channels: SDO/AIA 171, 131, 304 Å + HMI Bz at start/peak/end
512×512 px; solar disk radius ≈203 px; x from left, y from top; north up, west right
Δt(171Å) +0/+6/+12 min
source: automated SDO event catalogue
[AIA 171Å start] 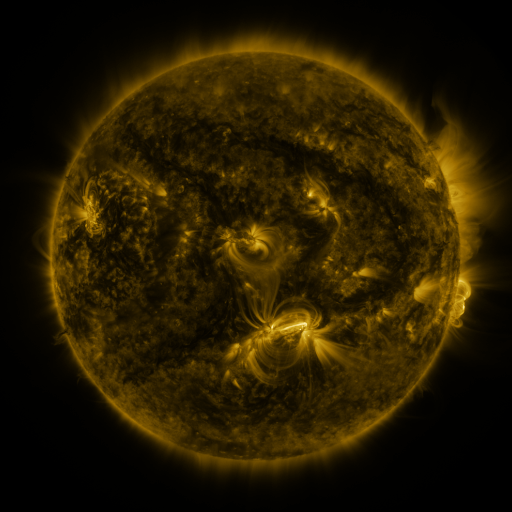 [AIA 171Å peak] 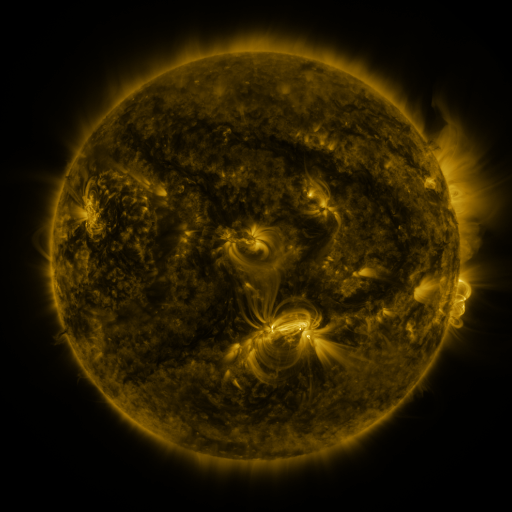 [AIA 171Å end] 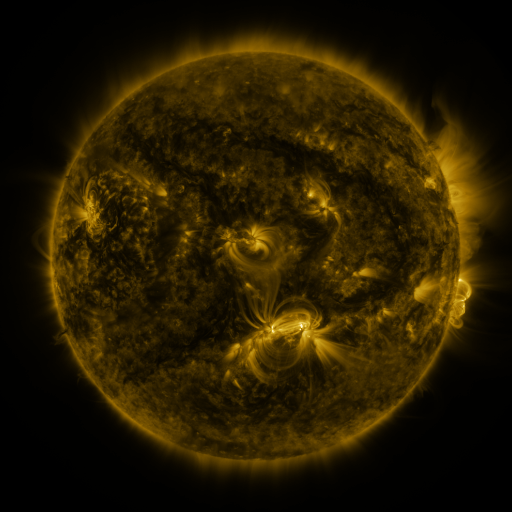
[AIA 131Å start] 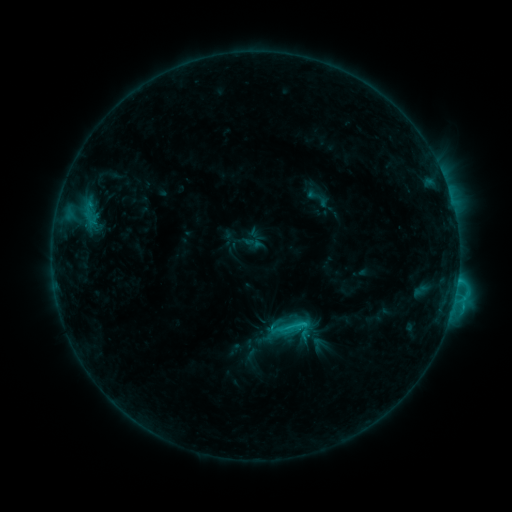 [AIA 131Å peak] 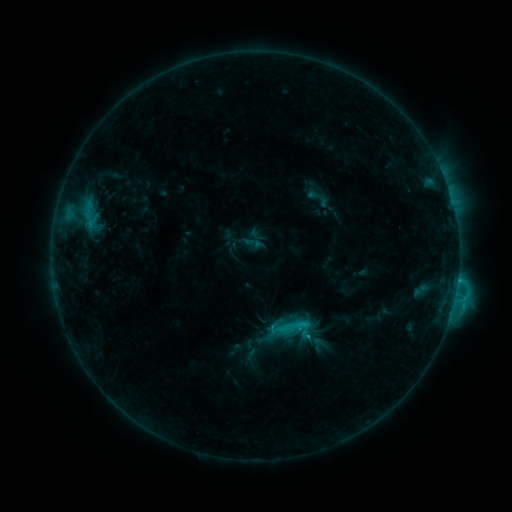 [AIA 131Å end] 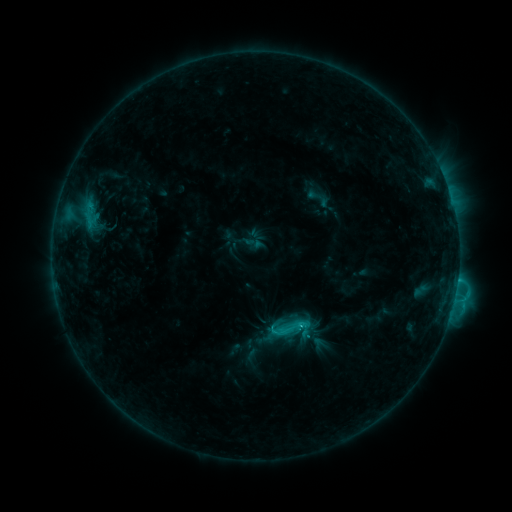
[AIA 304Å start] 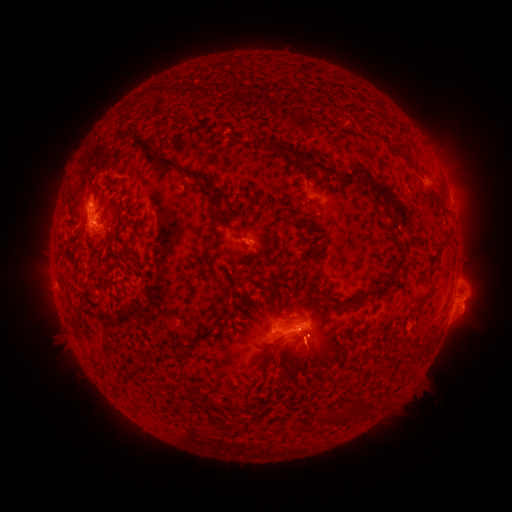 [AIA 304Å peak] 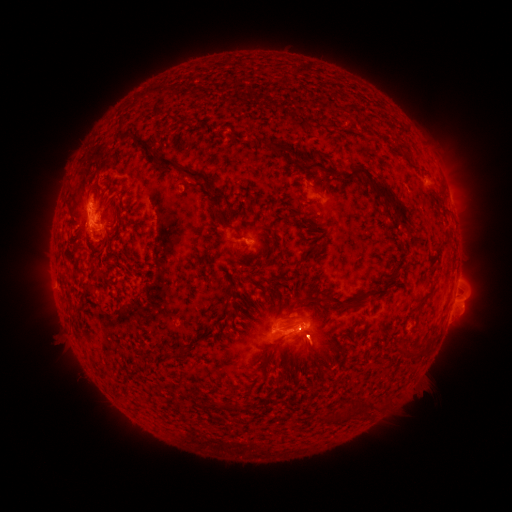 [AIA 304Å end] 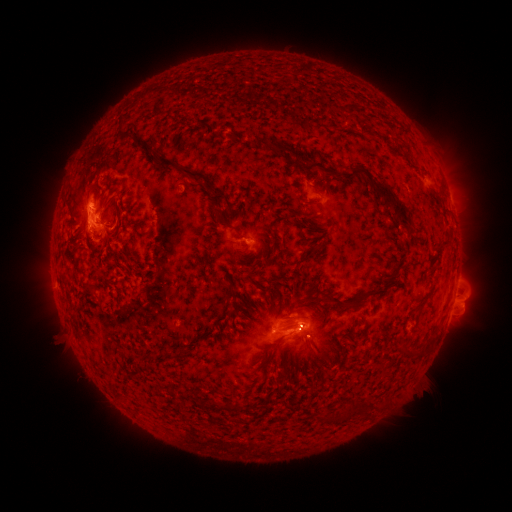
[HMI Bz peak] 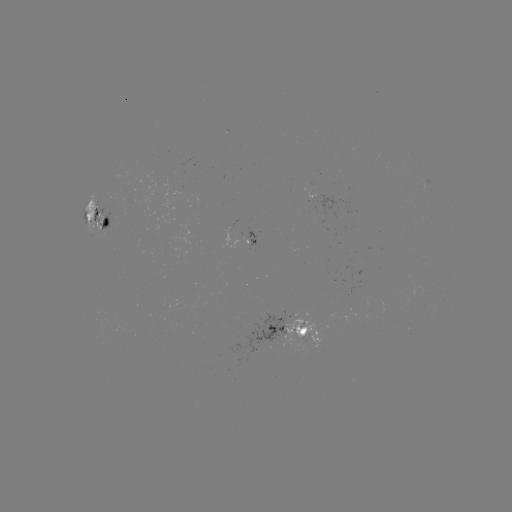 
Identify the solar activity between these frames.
eruption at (315, 347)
